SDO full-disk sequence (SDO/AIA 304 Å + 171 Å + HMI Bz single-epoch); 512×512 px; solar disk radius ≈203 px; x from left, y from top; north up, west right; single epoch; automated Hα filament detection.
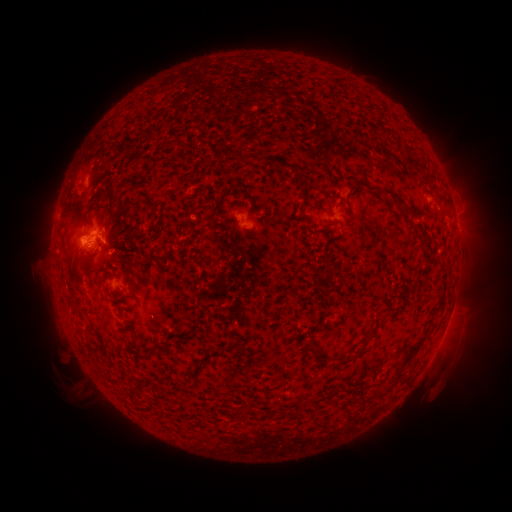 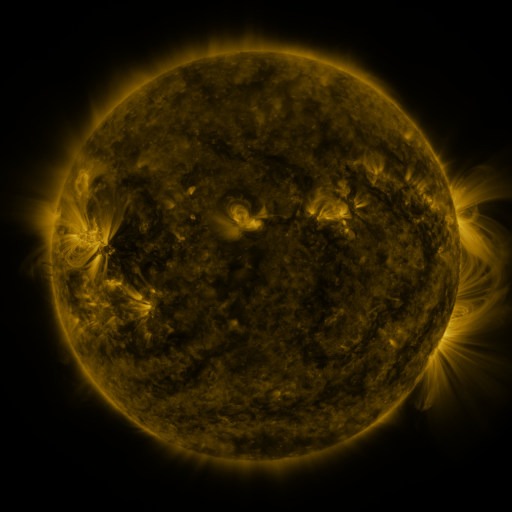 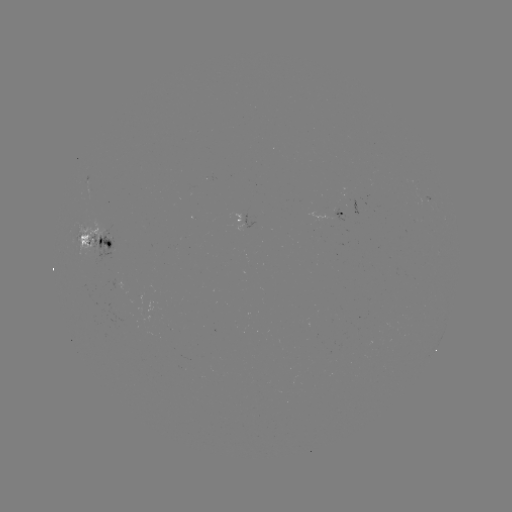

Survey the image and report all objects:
filament: (248, 158)
filament: (412, 163)
filament: (393, 196)
filament: (152, 258)
filament: (411, 349)
filament: (340, 360)
